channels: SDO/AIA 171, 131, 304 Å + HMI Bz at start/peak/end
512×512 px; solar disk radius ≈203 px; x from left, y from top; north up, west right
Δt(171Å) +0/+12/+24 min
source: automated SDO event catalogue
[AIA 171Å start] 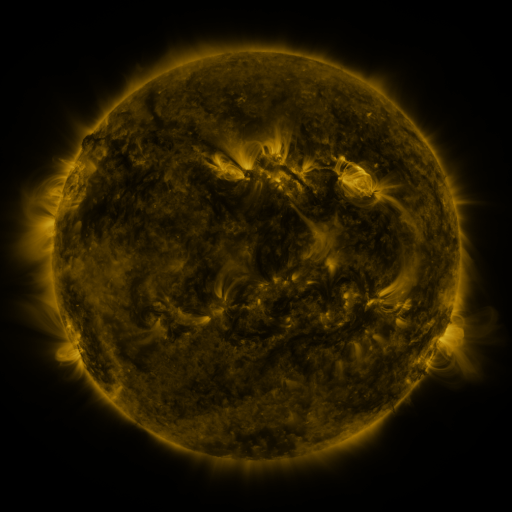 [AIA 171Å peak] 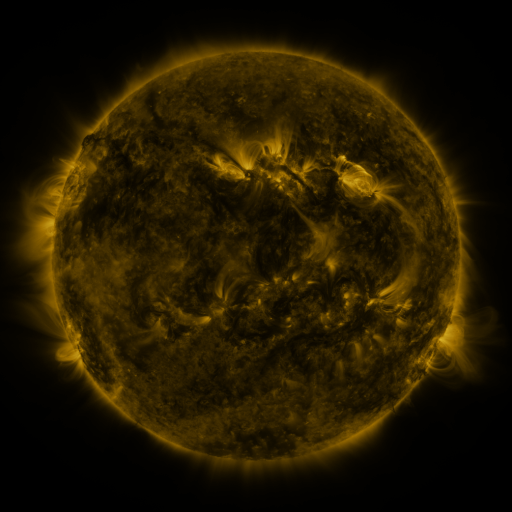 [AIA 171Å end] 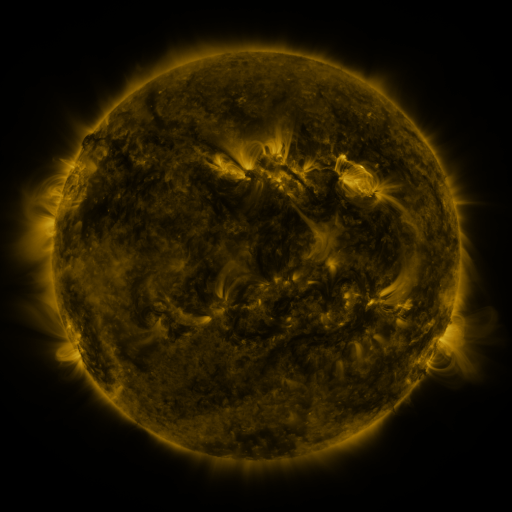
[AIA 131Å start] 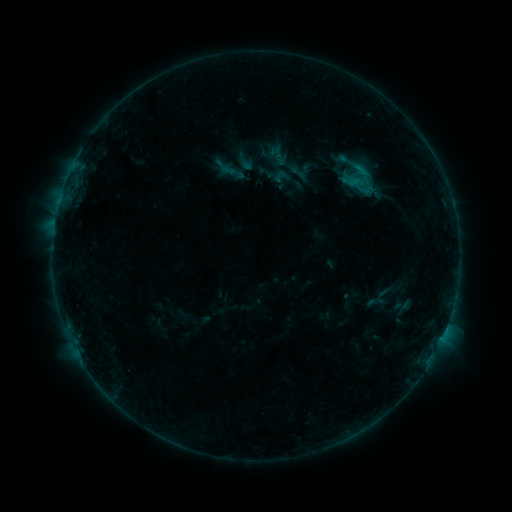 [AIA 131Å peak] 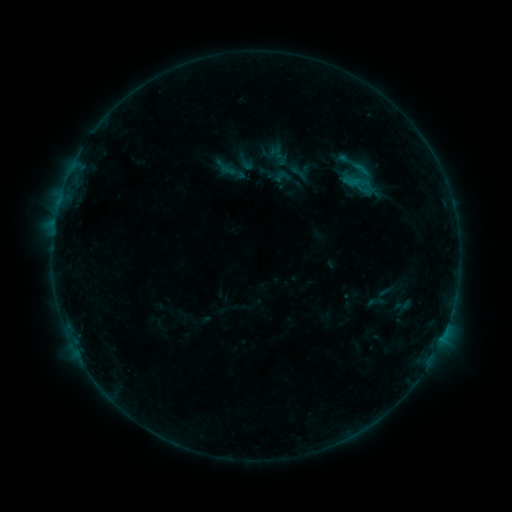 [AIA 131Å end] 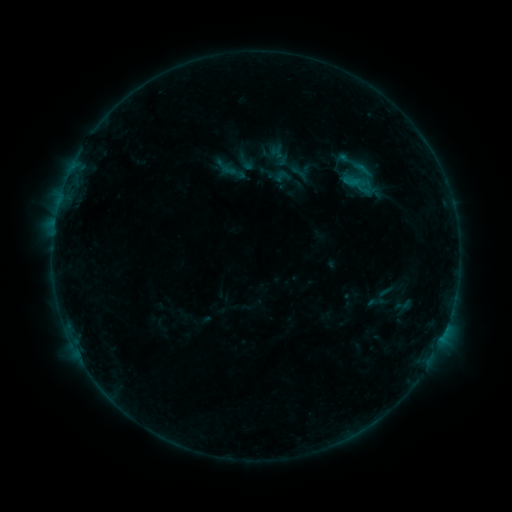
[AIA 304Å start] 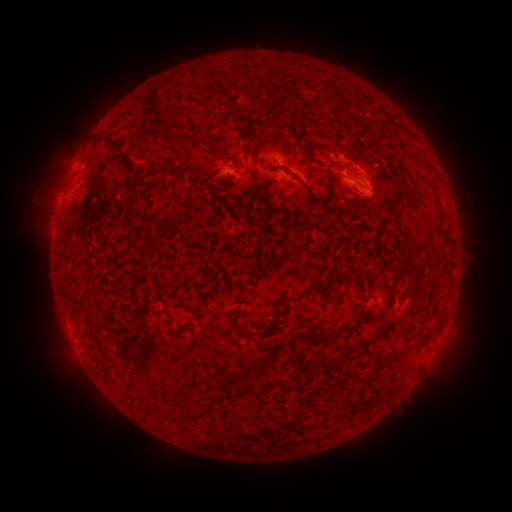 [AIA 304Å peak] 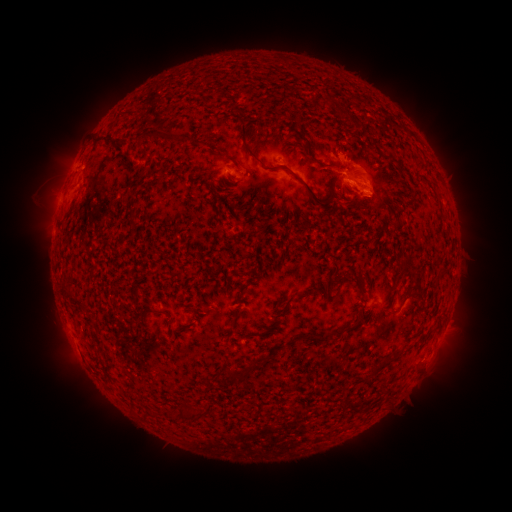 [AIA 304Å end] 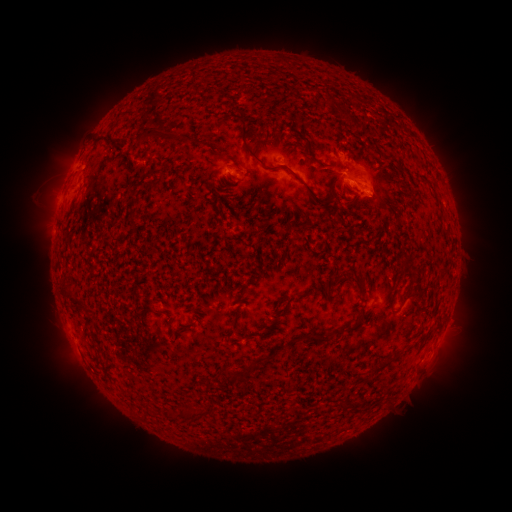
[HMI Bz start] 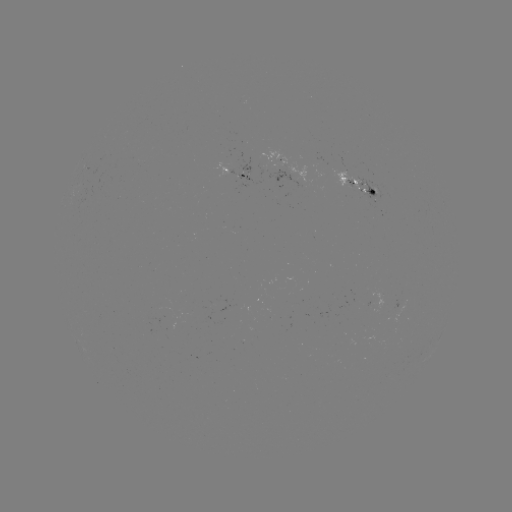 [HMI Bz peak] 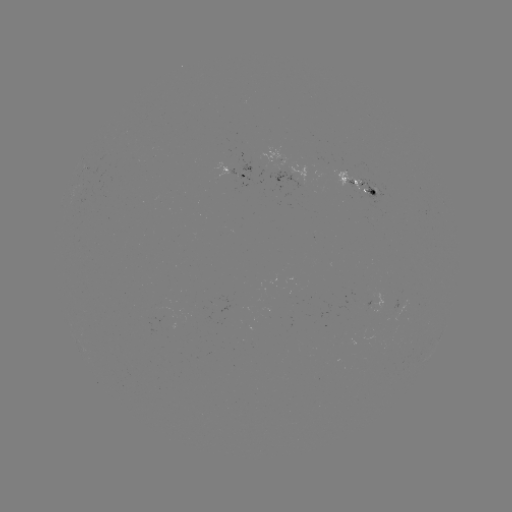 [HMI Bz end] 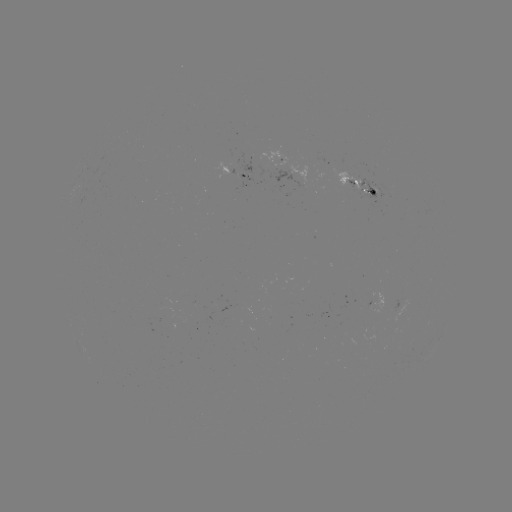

no catalogued flare and no flagged EUV brightening in this window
